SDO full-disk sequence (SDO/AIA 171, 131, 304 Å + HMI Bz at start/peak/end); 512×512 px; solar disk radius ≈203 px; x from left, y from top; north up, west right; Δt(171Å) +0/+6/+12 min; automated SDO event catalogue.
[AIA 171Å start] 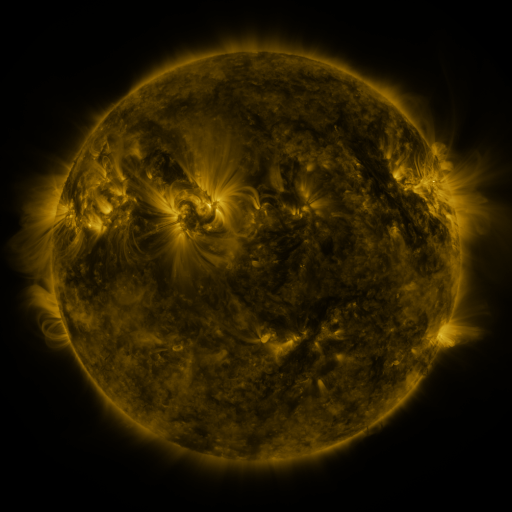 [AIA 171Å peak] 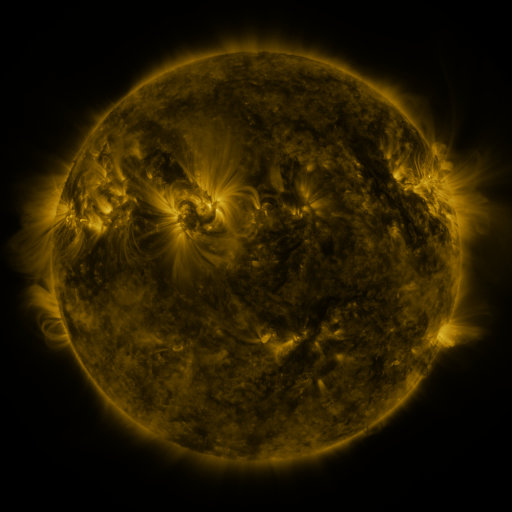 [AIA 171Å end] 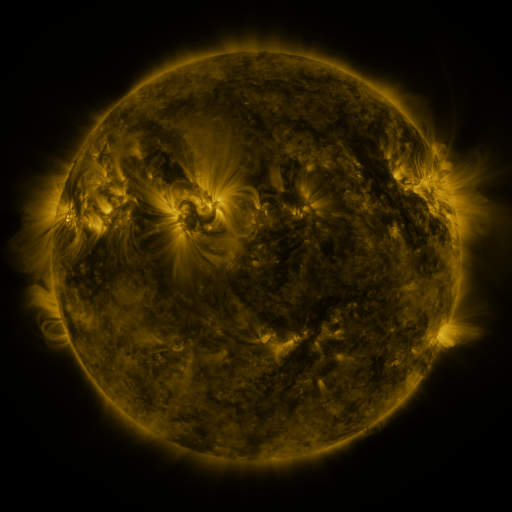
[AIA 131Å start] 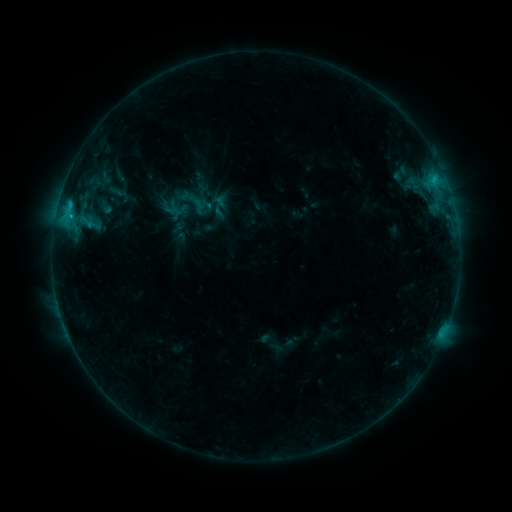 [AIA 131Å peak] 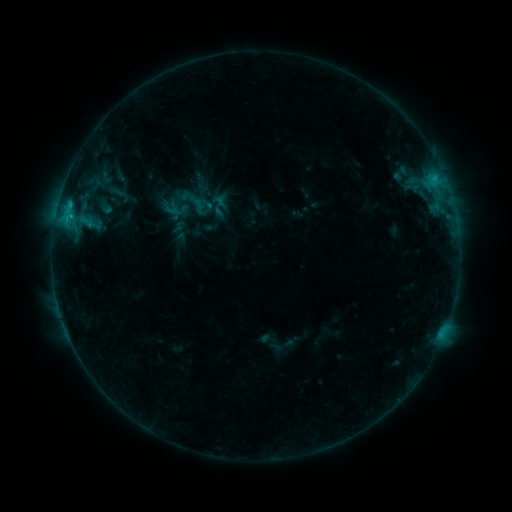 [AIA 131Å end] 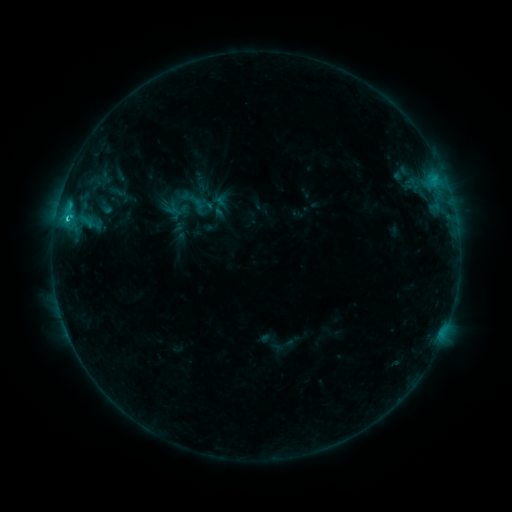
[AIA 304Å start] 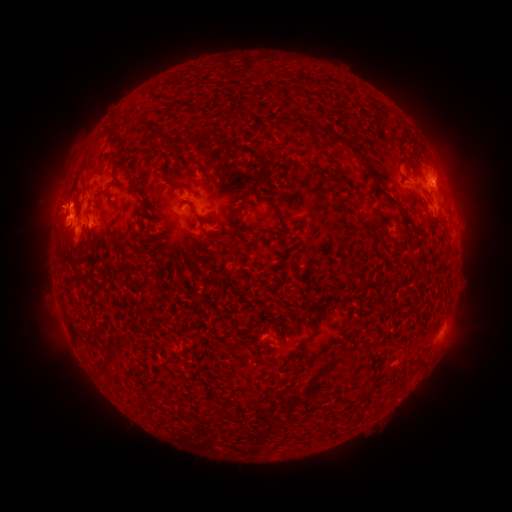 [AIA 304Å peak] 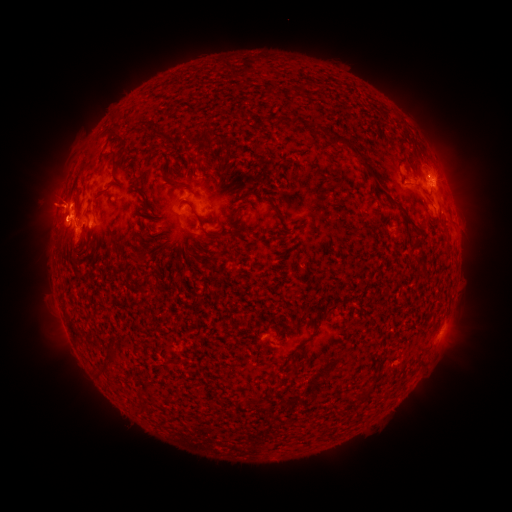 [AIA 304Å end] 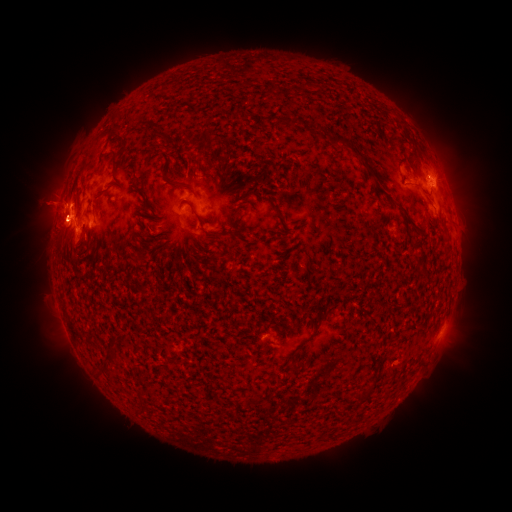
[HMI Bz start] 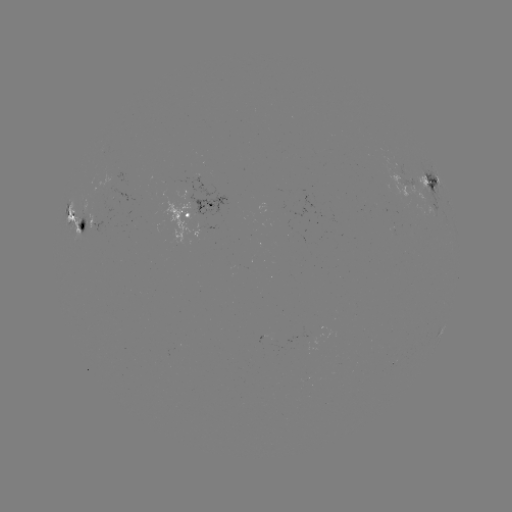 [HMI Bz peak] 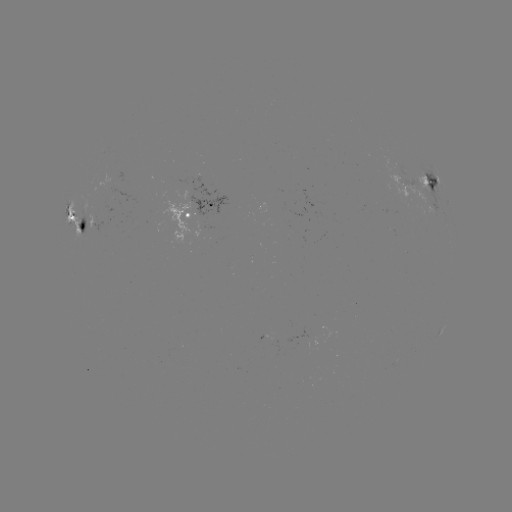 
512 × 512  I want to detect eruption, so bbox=[20, 174, 76, 250].